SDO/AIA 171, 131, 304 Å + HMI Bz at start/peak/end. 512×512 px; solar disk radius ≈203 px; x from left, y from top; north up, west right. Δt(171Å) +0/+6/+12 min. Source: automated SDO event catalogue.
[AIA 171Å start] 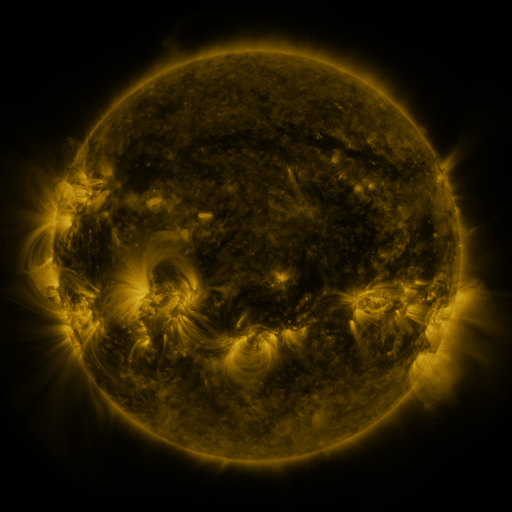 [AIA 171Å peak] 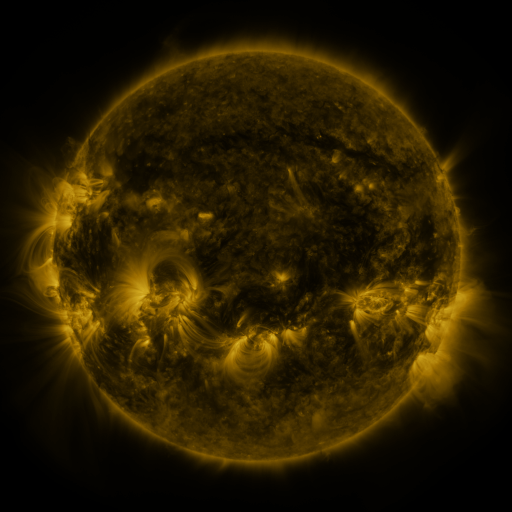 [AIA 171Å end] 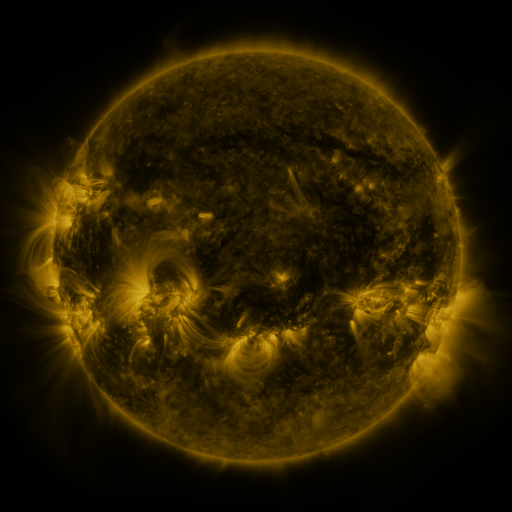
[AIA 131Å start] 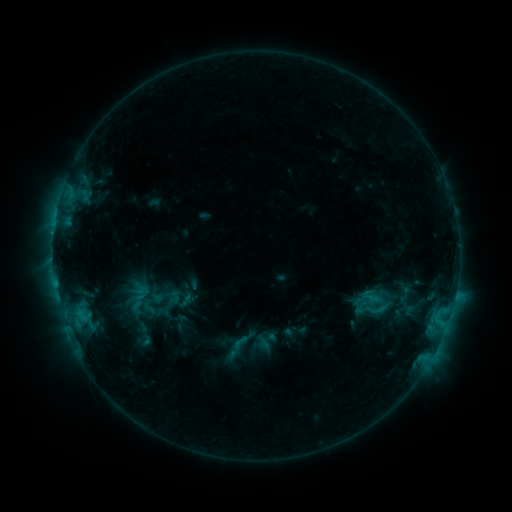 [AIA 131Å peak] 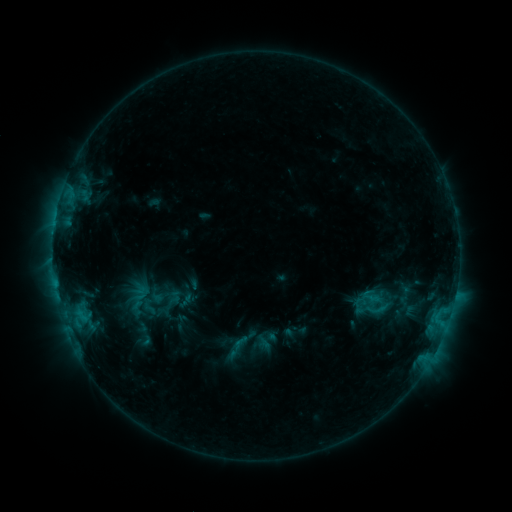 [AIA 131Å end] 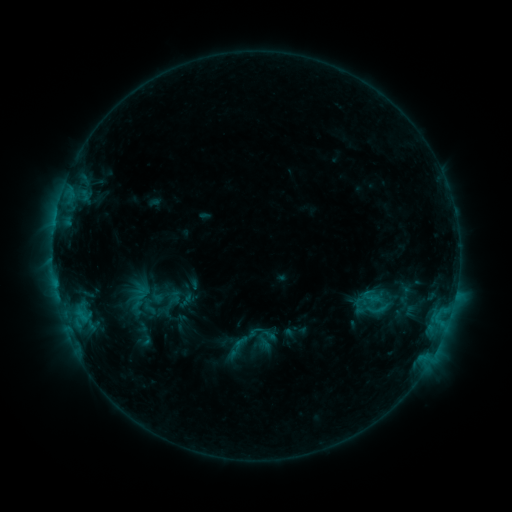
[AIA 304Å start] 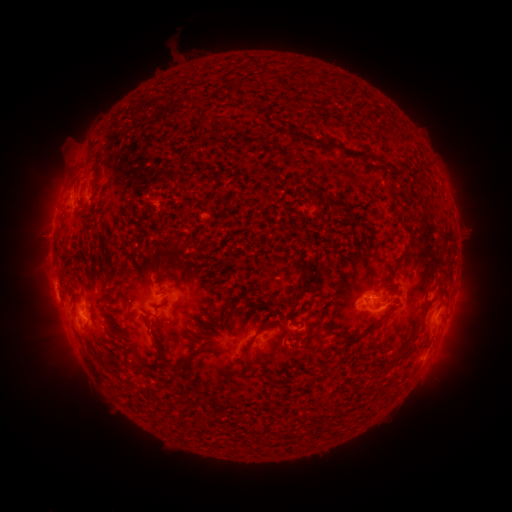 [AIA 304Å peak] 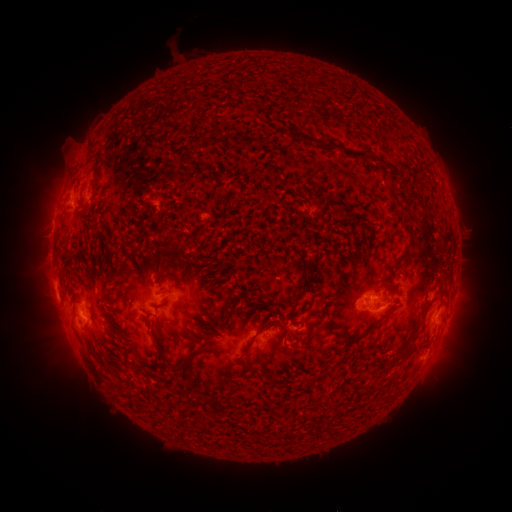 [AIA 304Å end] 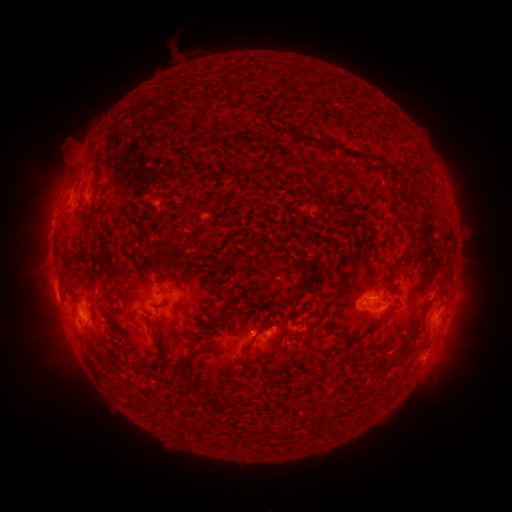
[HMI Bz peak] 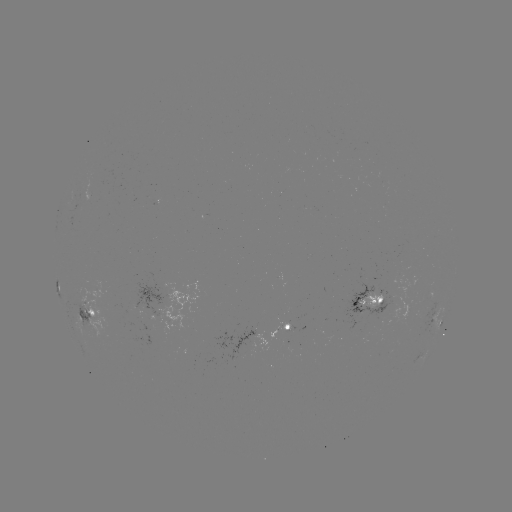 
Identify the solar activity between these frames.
eruption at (273, 329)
